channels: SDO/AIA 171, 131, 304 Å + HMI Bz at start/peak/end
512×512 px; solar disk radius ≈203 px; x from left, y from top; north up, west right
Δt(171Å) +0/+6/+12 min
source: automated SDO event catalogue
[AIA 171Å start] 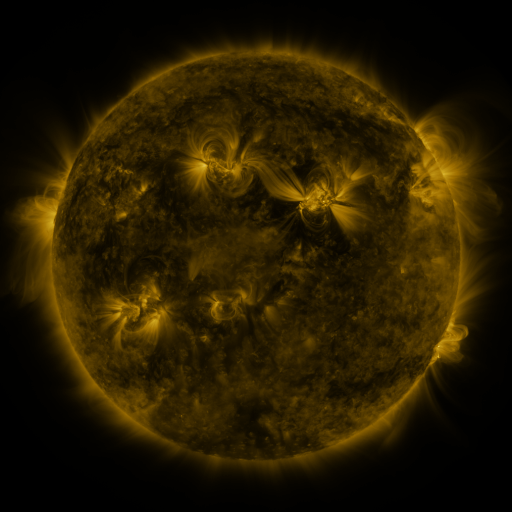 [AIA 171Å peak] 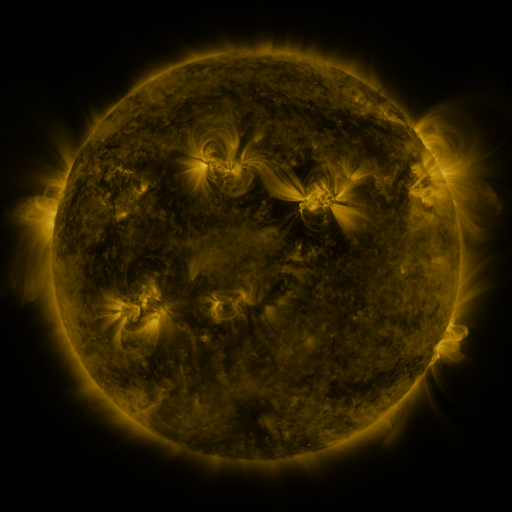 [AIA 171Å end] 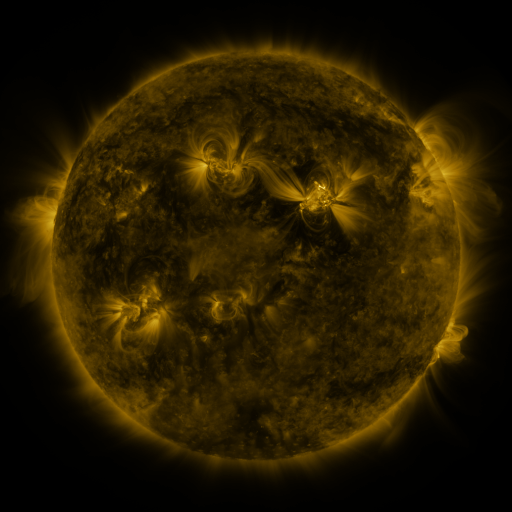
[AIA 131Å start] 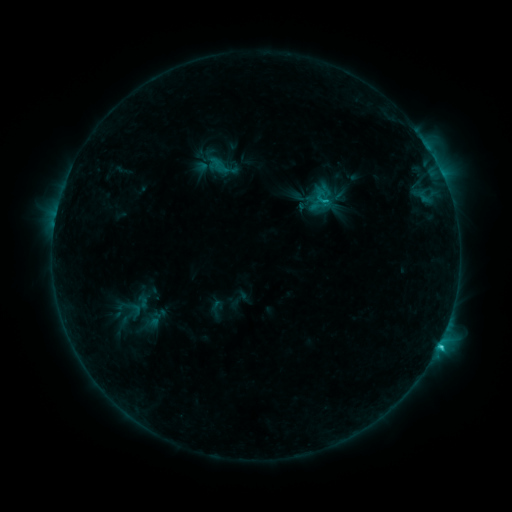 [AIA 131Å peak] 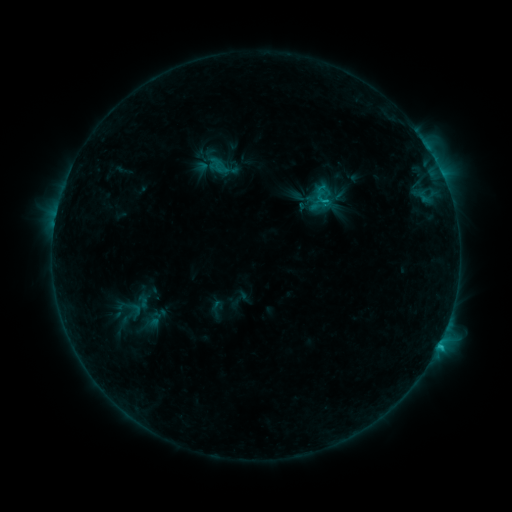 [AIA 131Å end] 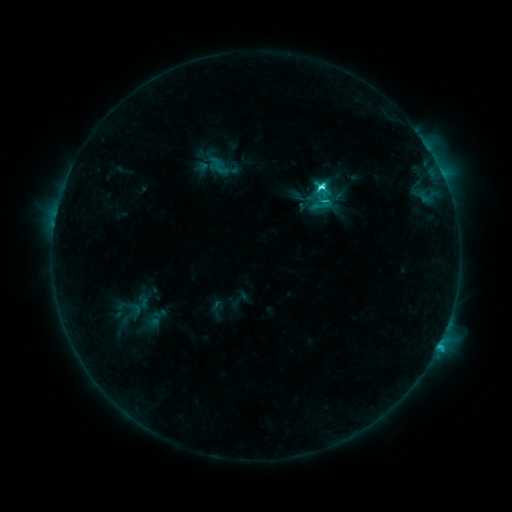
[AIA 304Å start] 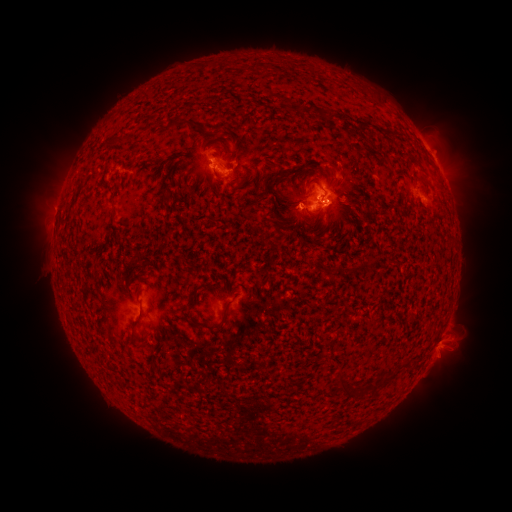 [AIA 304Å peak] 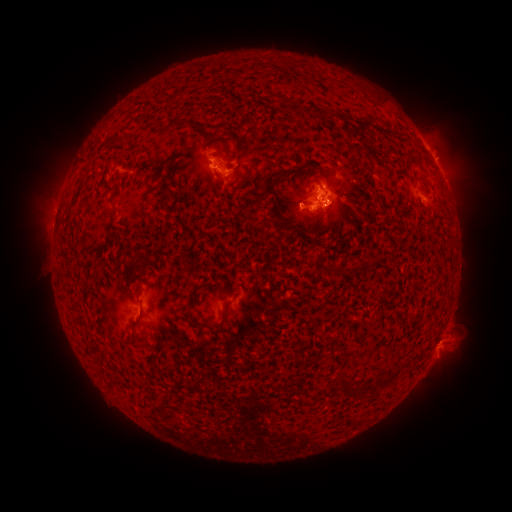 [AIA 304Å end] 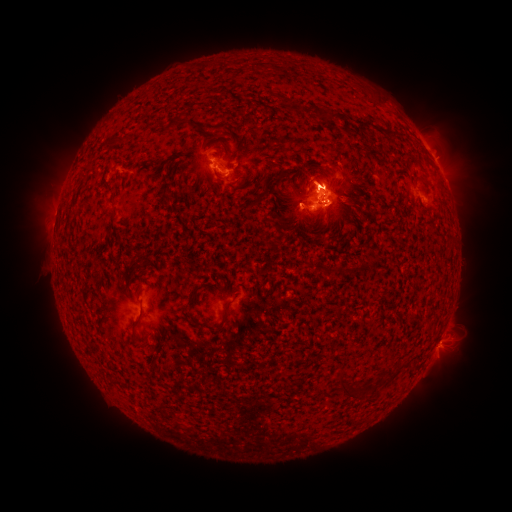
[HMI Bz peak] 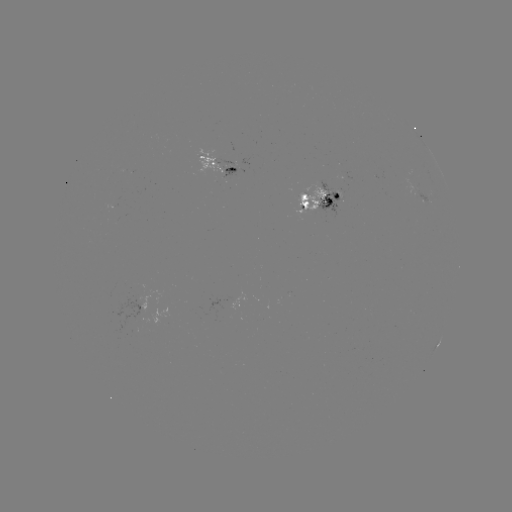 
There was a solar flare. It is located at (320, 190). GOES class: C4.7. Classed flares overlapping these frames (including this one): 1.